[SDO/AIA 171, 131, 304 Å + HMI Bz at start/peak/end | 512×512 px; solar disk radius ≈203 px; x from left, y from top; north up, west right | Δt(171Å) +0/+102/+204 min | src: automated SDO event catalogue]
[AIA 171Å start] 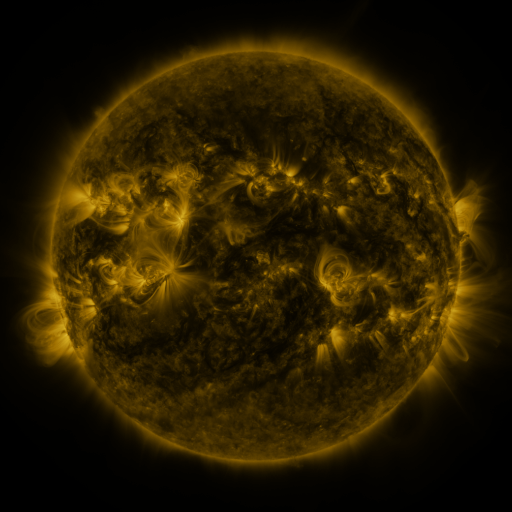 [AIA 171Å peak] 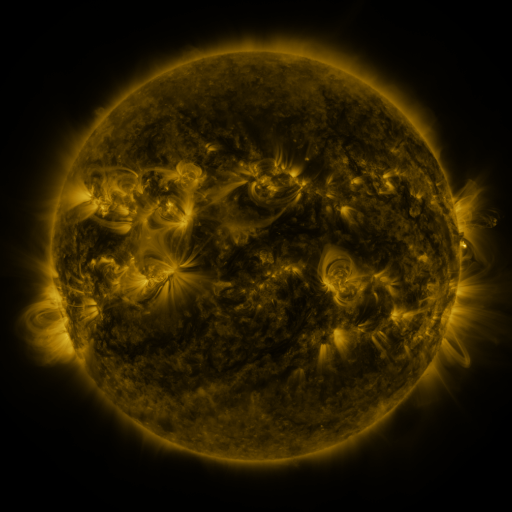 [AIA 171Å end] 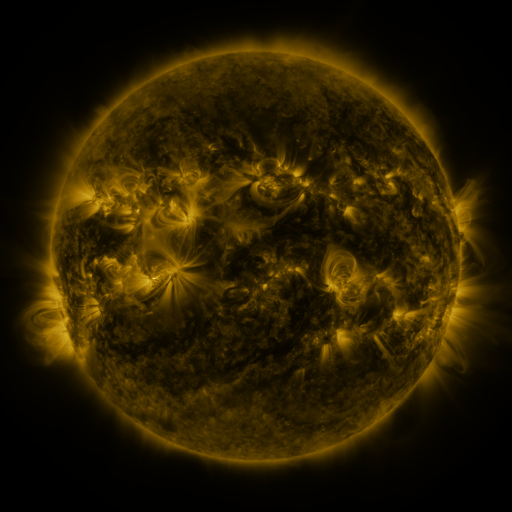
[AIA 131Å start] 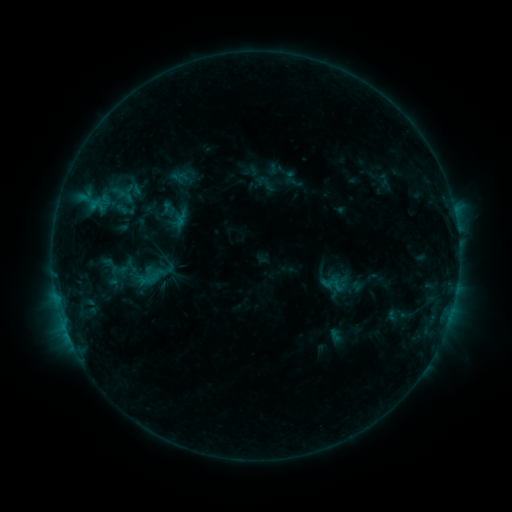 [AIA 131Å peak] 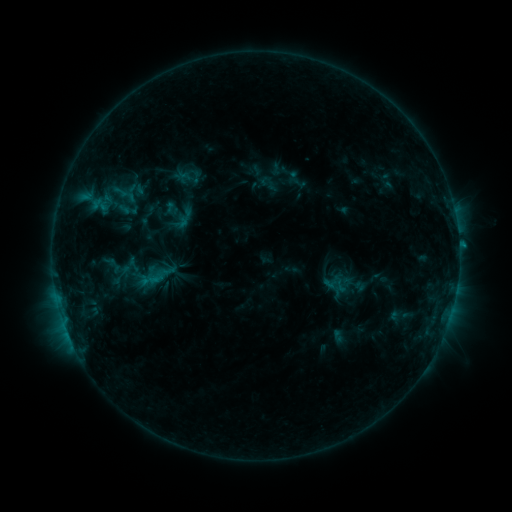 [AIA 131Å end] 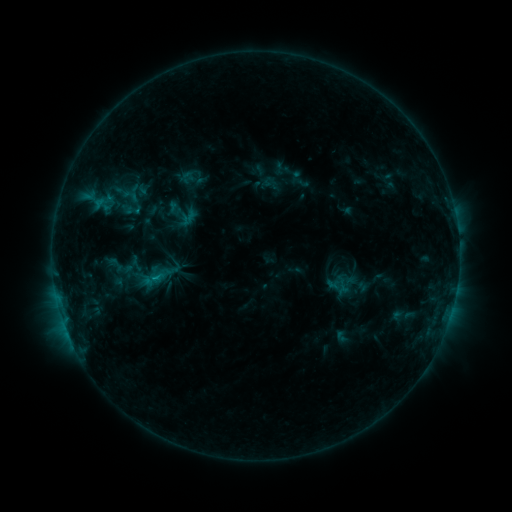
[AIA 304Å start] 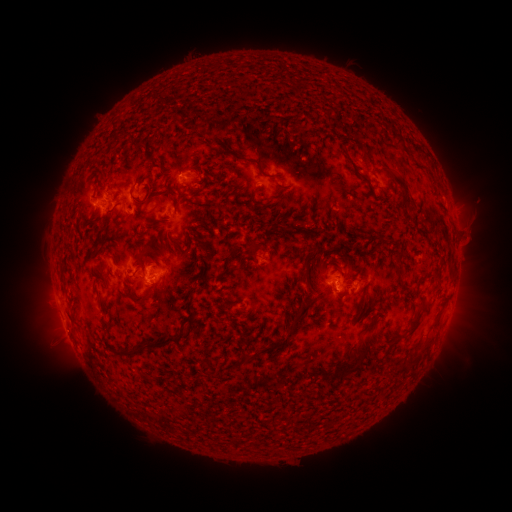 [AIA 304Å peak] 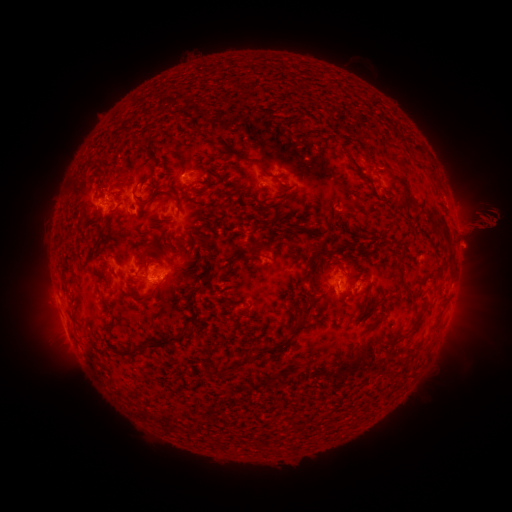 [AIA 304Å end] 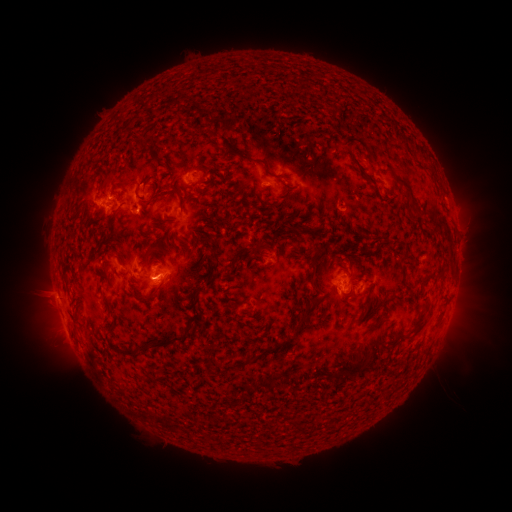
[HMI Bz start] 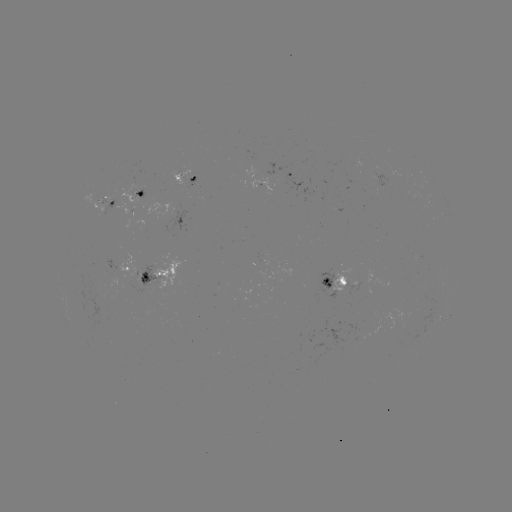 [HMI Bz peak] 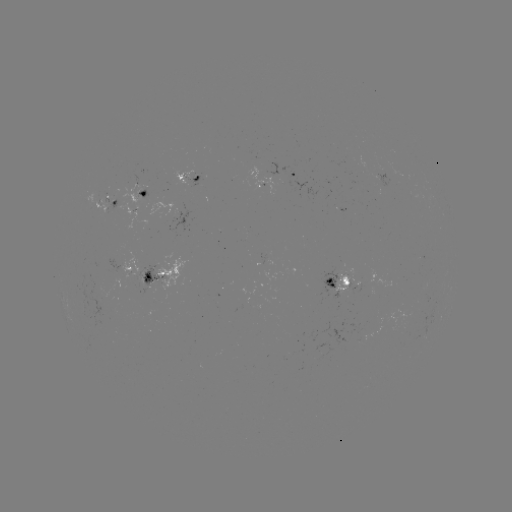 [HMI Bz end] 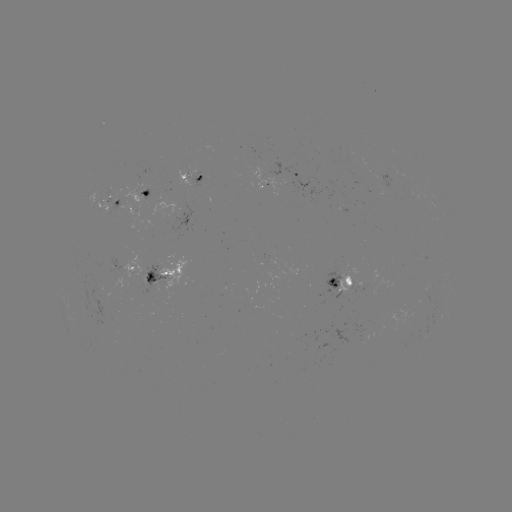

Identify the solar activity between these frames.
filament eruption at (473, 225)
